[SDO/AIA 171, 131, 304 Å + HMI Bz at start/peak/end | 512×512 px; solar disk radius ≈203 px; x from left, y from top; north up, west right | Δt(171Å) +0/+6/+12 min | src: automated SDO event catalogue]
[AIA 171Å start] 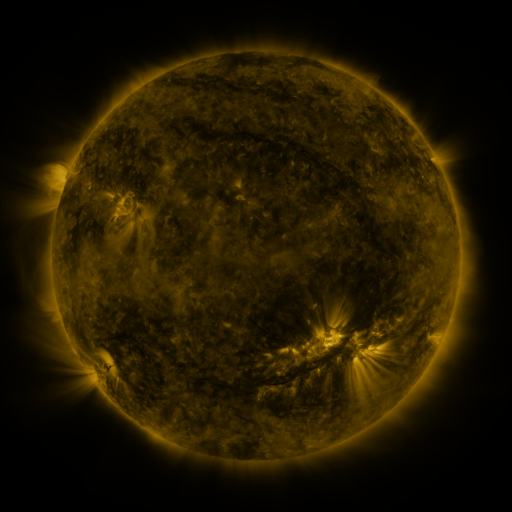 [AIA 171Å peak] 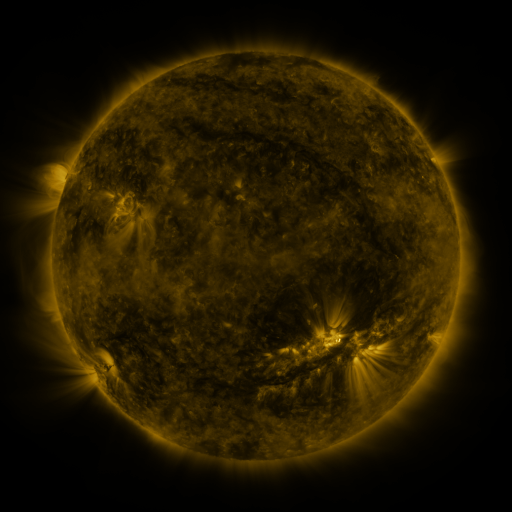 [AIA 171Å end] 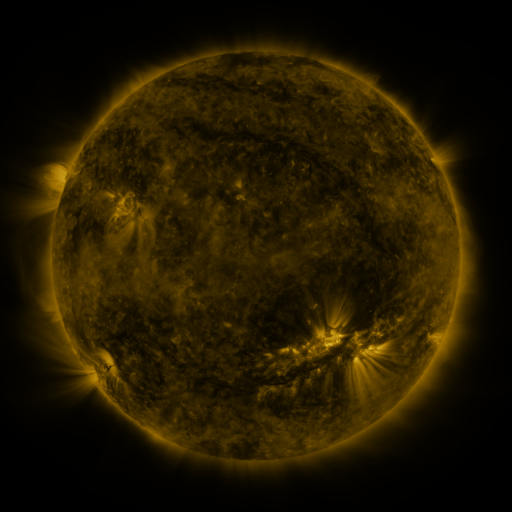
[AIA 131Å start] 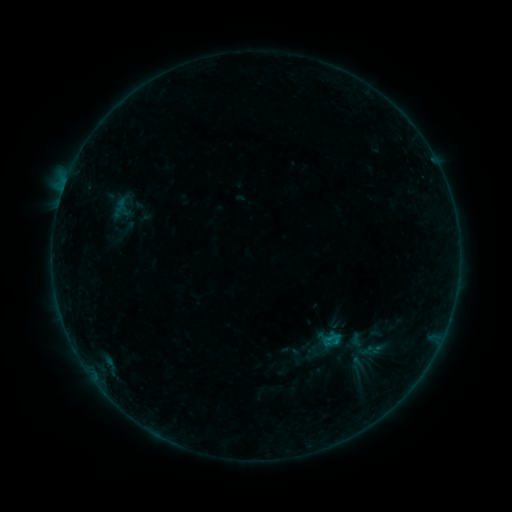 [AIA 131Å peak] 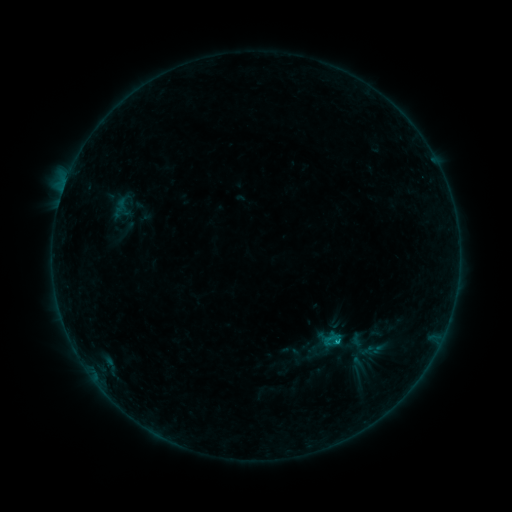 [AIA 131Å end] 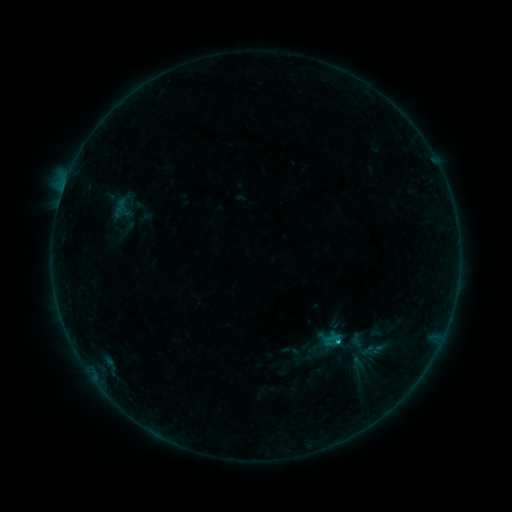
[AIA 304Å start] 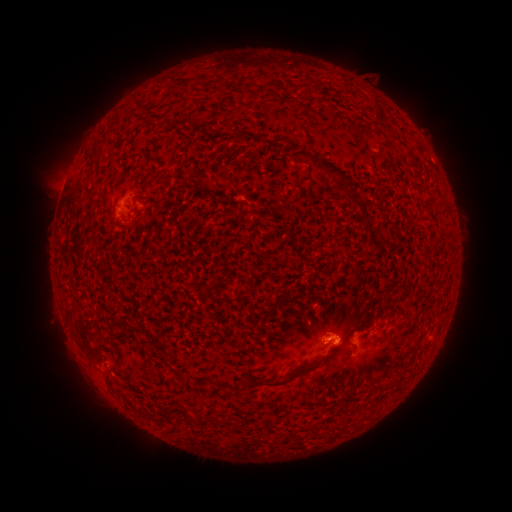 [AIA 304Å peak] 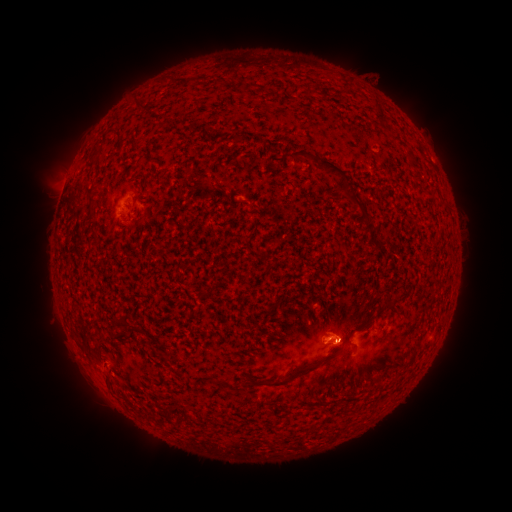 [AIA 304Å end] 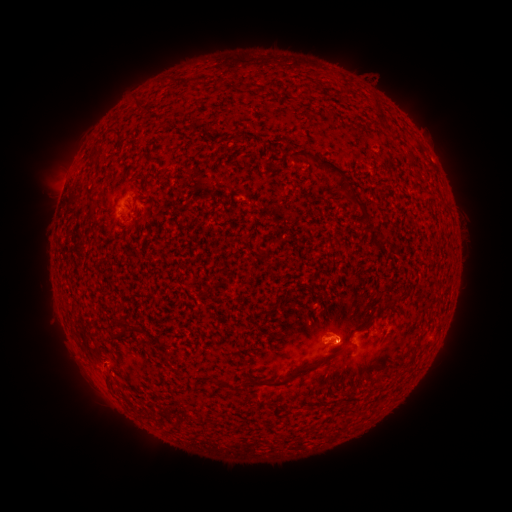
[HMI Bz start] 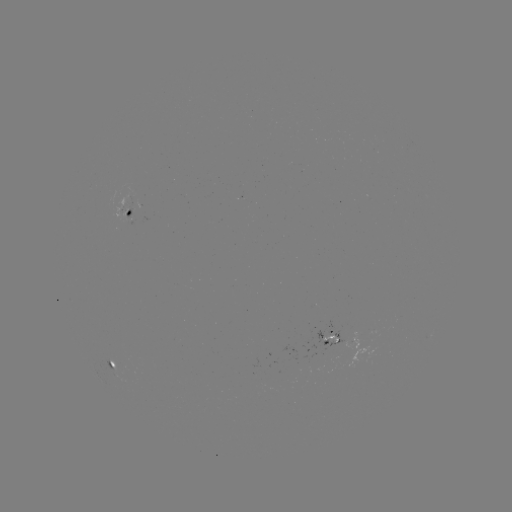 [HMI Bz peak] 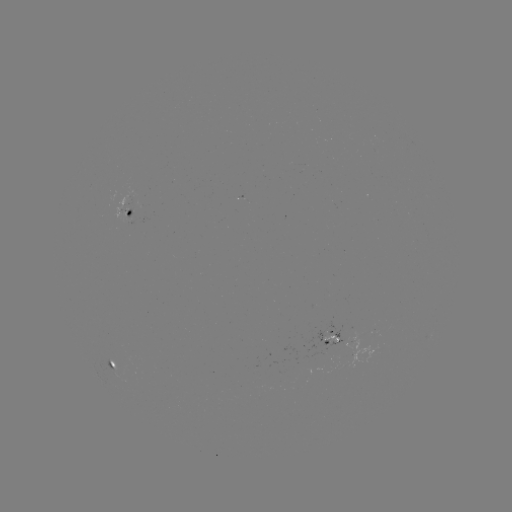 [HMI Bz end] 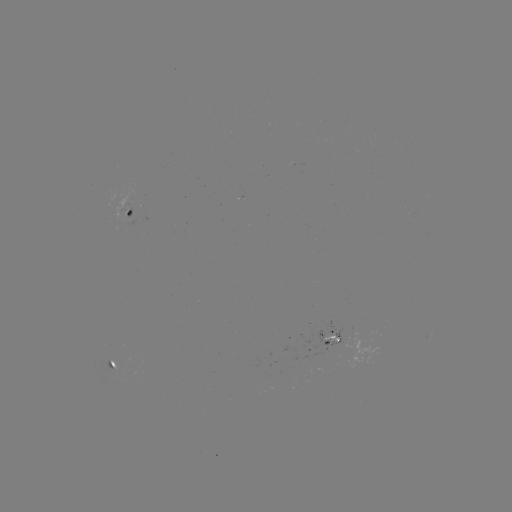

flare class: B7.2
